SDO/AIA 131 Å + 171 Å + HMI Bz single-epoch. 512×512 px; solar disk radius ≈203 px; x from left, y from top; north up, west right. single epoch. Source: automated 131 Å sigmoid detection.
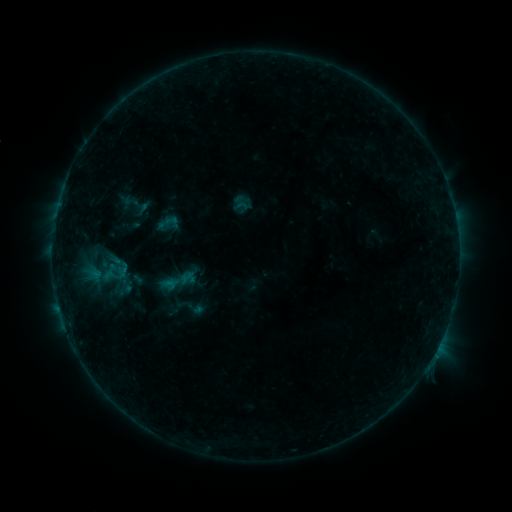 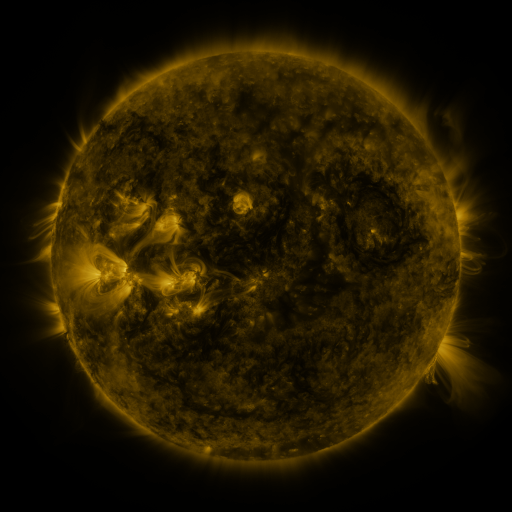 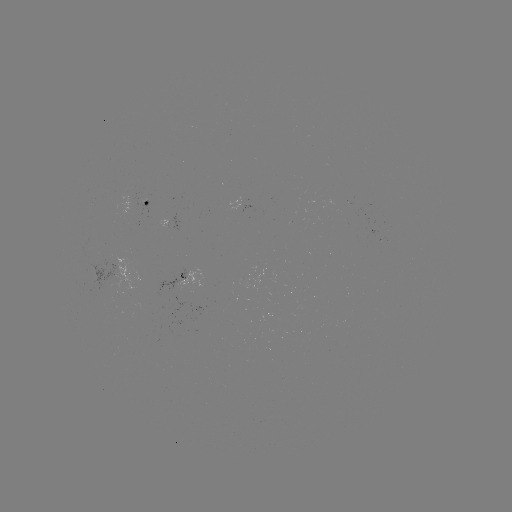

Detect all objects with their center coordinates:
sigmoid: [173, 292, 208, 322]
